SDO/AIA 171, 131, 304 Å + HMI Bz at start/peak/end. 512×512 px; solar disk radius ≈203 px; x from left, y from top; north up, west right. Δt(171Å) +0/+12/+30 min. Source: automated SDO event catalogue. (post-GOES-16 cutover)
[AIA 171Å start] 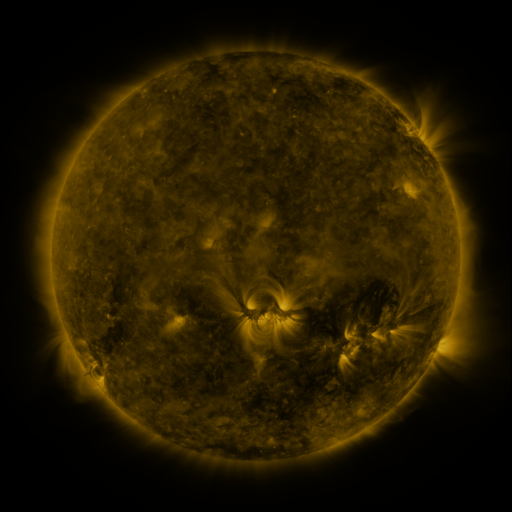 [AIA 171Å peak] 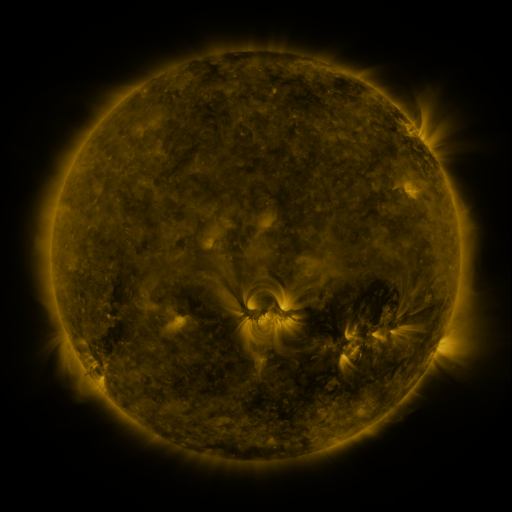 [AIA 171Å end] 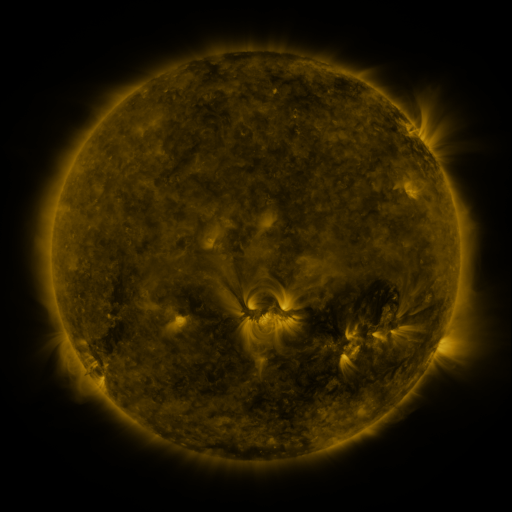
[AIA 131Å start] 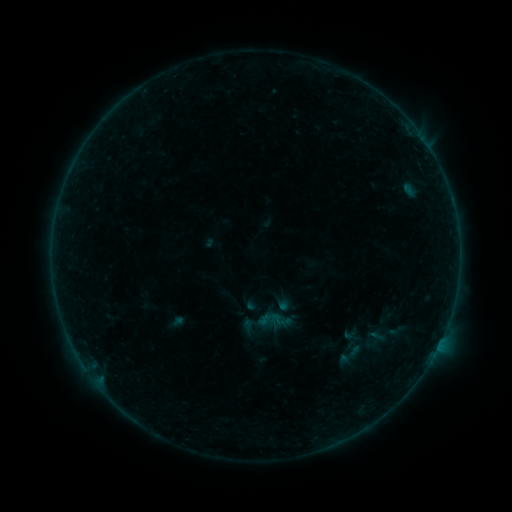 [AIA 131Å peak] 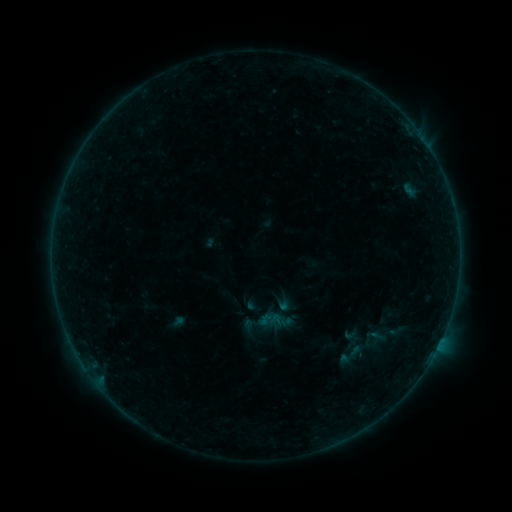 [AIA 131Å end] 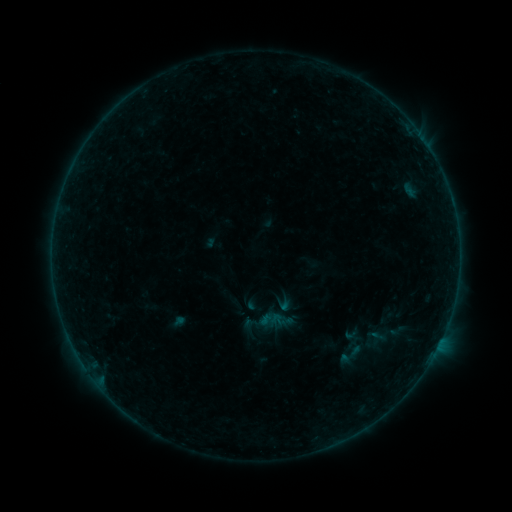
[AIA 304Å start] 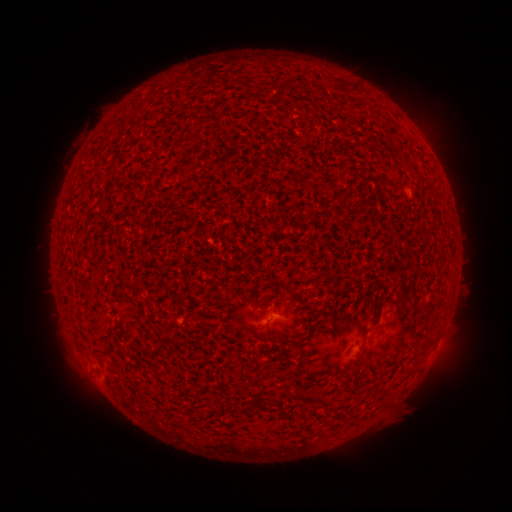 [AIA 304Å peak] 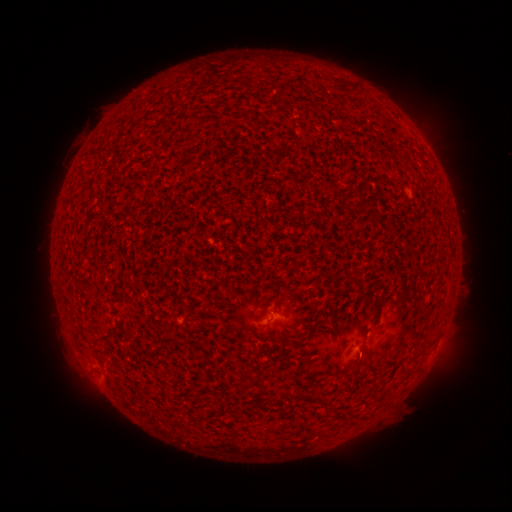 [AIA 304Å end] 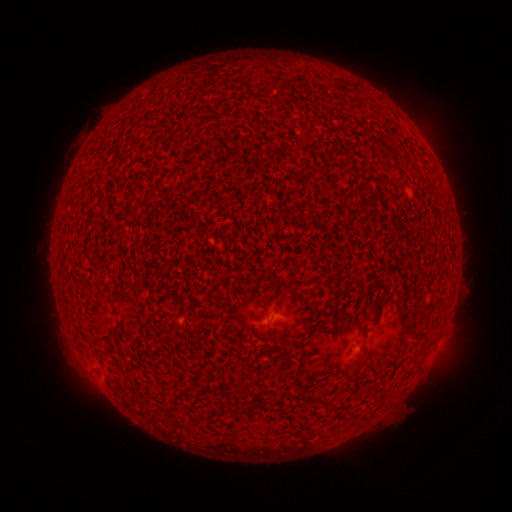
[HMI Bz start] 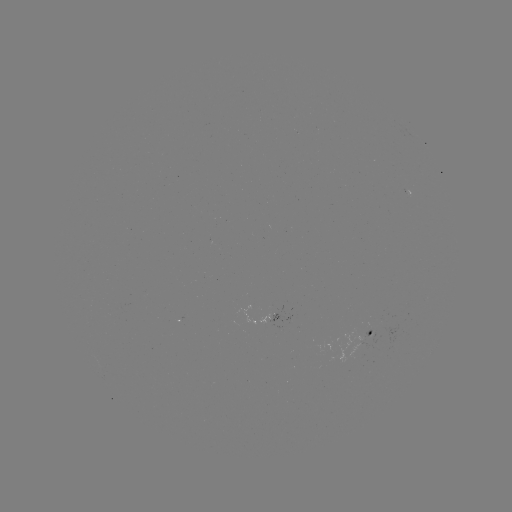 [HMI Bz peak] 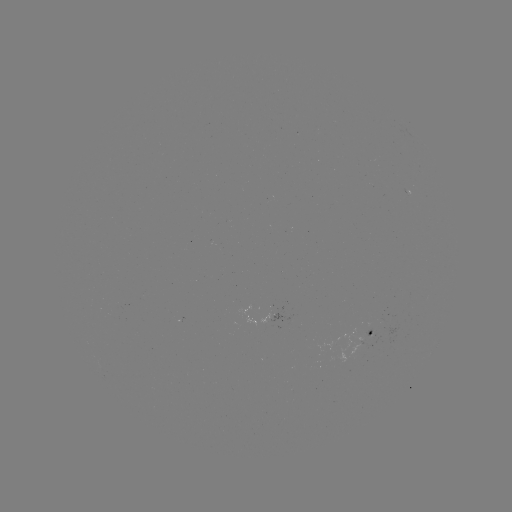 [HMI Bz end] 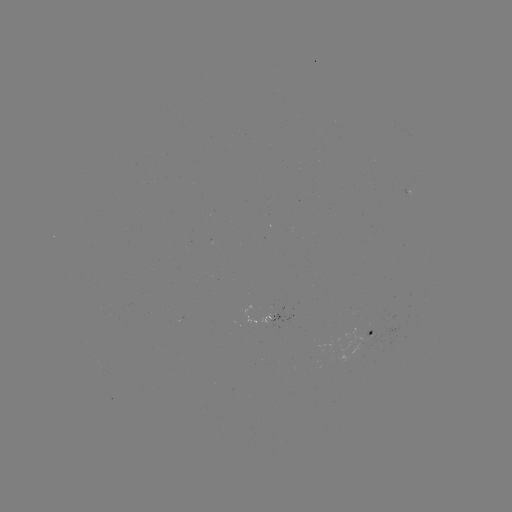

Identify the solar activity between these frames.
A6.5 flare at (360, 347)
